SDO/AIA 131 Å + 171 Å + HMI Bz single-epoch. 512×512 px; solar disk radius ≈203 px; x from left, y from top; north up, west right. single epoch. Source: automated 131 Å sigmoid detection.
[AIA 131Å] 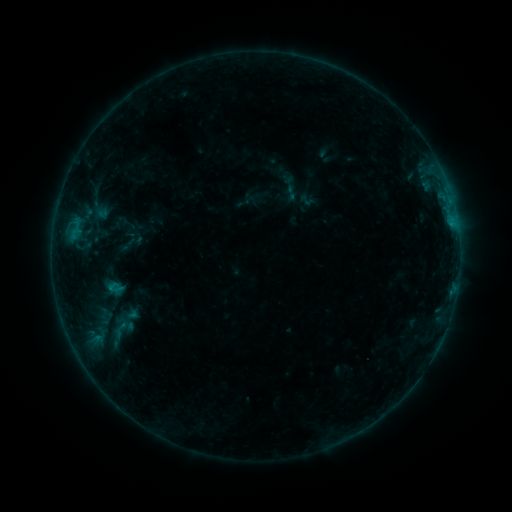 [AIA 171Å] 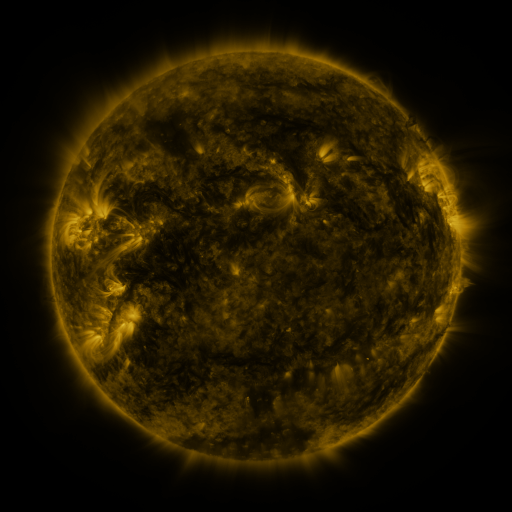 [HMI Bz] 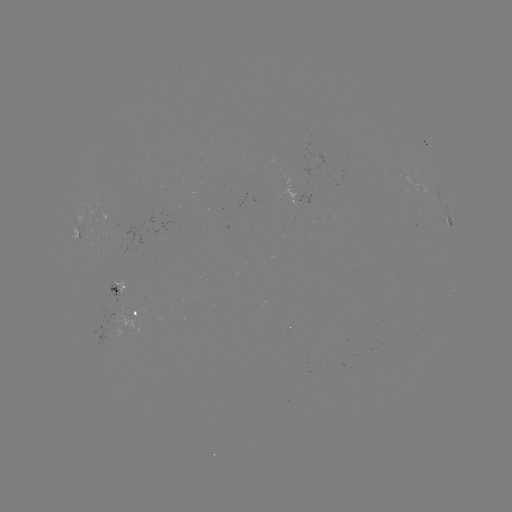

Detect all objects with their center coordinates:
sigmoid: (103, 278, 127, 297)
sigmoid: (106, 321, 133, 338)
